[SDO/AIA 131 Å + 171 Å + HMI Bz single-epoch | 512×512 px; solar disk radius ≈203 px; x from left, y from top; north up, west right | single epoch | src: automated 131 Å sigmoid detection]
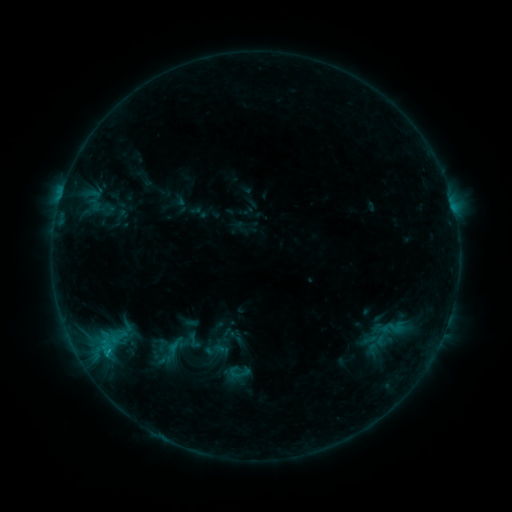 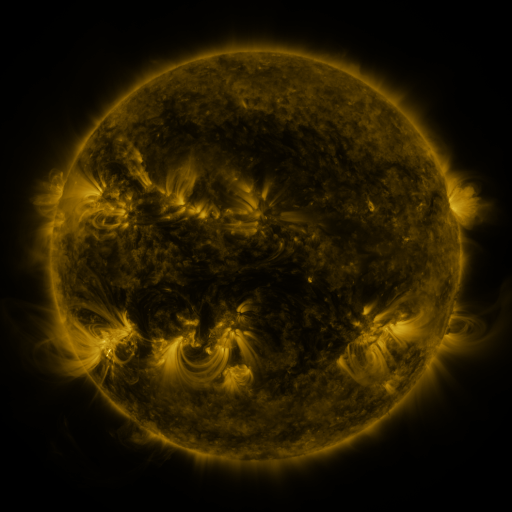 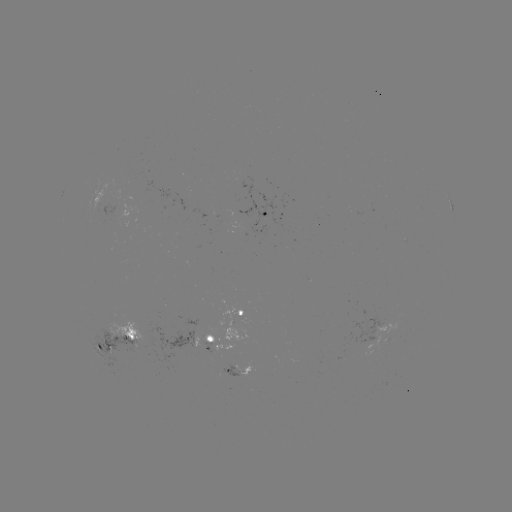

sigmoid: <bbox>183, 330, 205, 350</bbox>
